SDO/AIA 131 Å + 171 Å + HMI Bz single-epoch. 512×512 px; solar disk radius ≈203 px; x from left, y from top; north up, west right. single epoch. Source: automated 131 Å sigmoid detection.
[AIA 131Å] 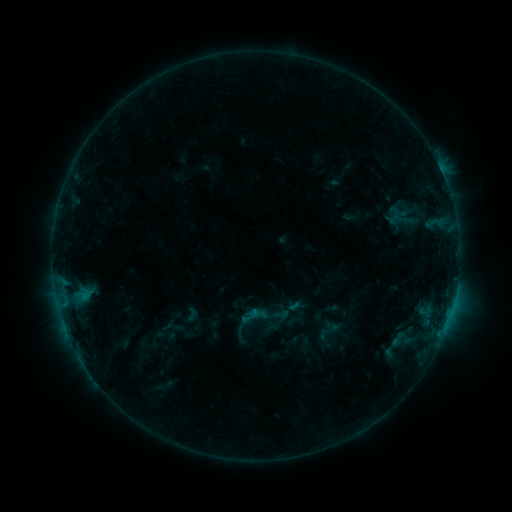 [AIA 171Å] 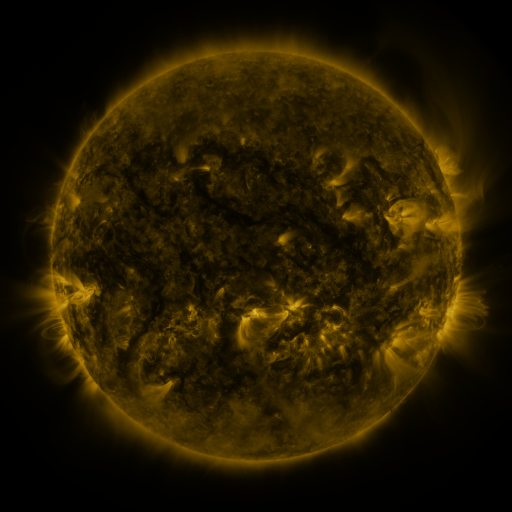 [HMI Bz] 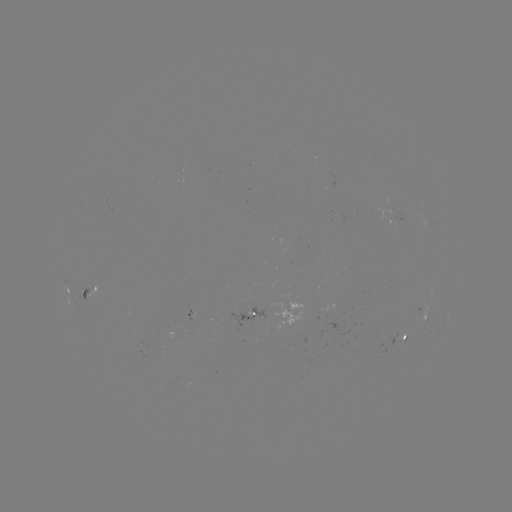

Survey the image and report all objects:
sigmoid: [239, 305, 261, 326]
